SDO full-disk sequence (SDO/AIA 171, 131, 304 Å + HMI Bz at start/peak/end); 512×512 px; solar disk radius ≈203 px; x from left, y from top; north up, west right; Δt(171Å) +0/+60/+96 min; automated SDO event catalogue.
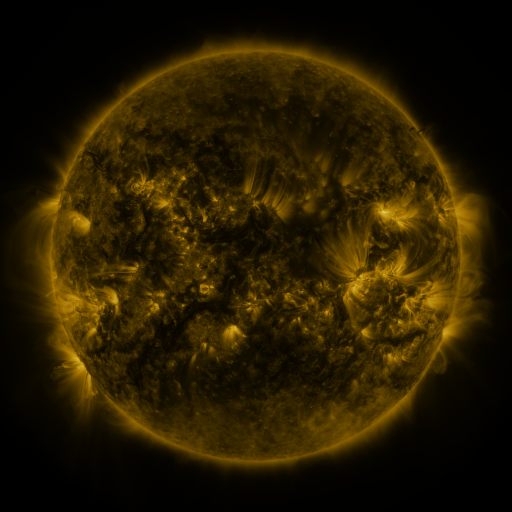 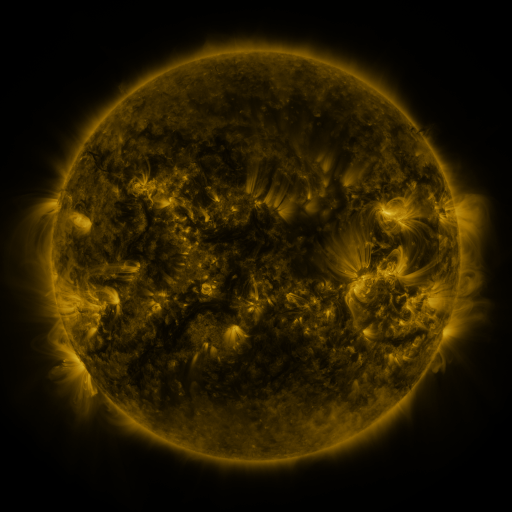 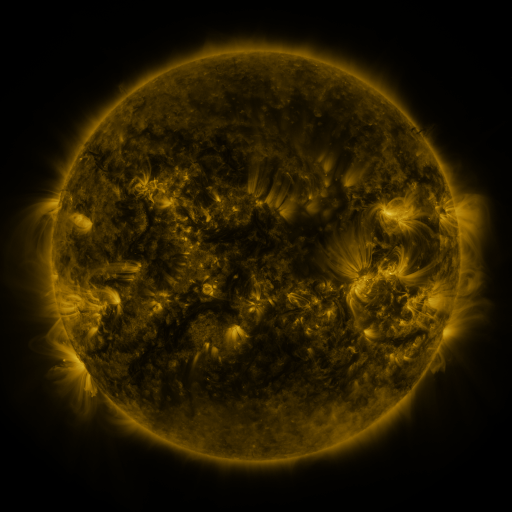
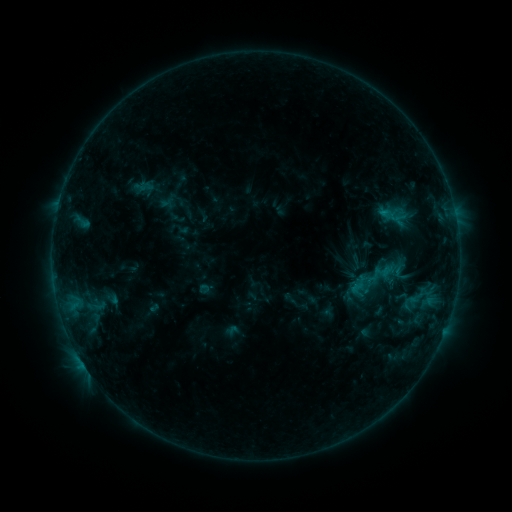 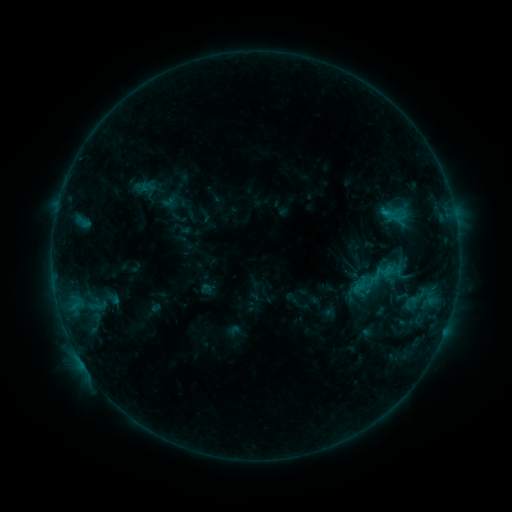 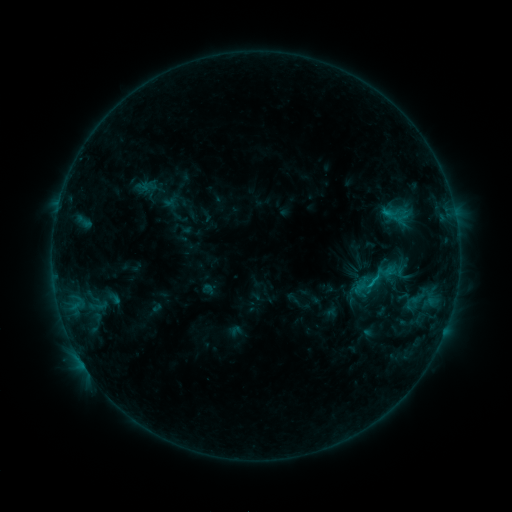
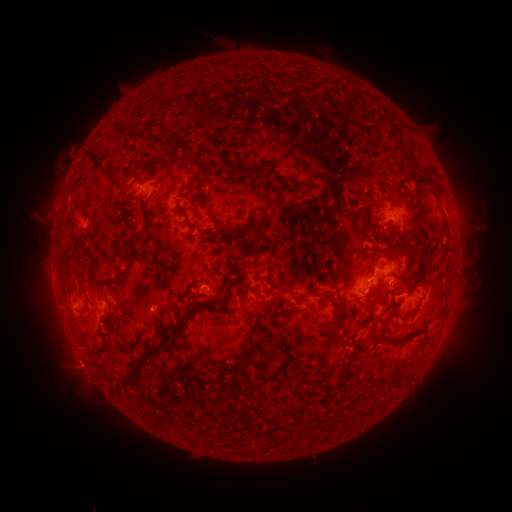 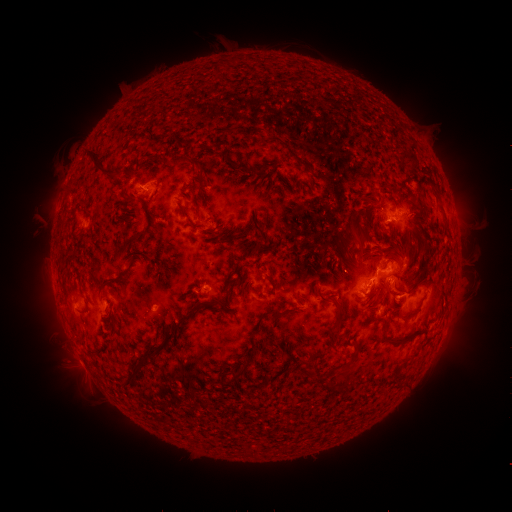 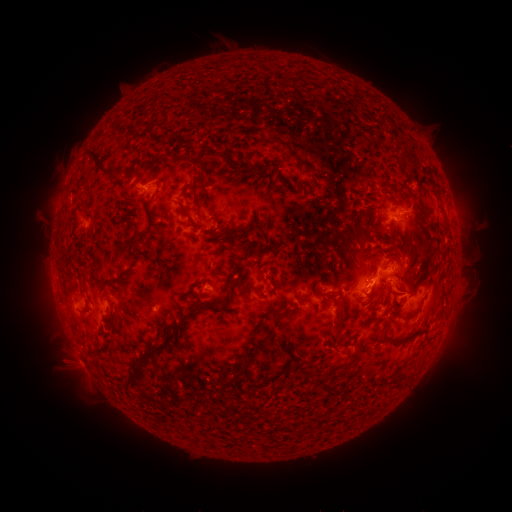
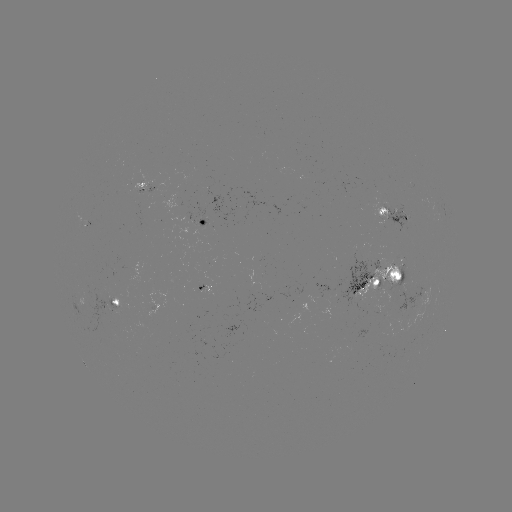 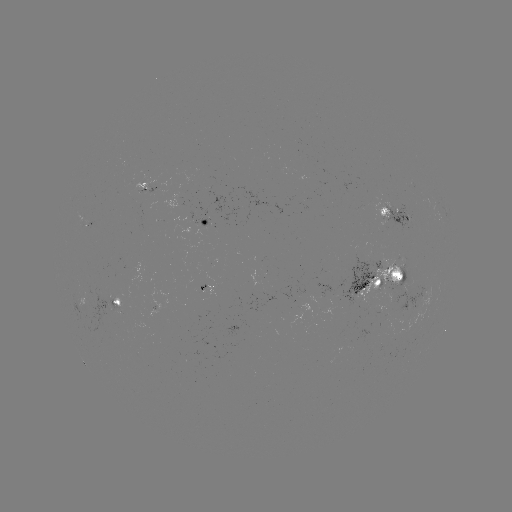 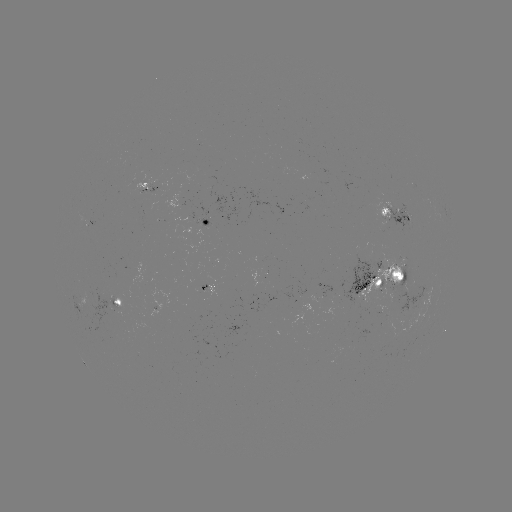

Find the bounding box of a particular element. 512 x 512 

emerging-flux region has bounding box [174, 215, 193, 243].